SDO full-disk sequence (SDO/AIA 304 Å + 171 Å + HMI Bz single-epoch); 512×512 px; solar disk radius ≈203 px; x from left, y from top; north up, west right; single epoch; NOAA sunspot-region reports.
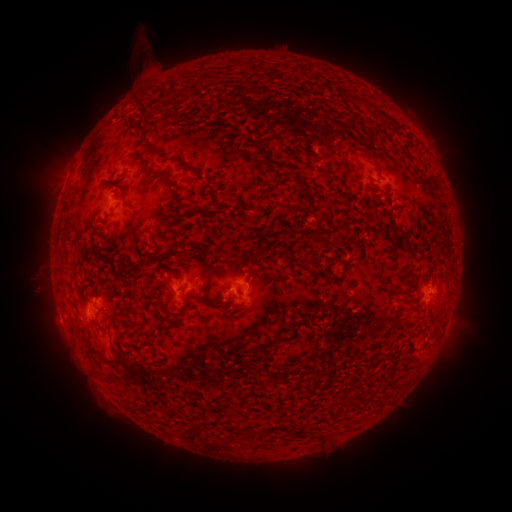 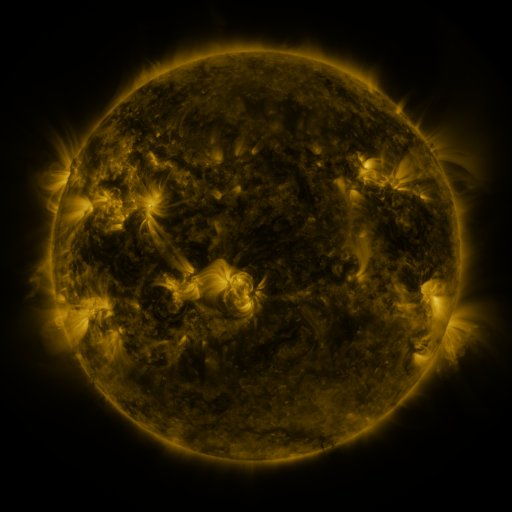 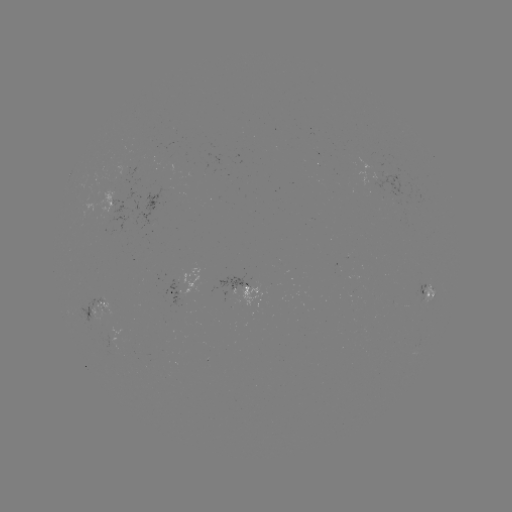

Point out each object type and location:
spotted active region: (111, 203)
spotted active region: (201, 280)
spotted active region: (252, 283)
spotted active region: (175, 285)
spotted active region: (425, 292)
spotted active region: (100, 307)
spotted active region: (448, 319)
